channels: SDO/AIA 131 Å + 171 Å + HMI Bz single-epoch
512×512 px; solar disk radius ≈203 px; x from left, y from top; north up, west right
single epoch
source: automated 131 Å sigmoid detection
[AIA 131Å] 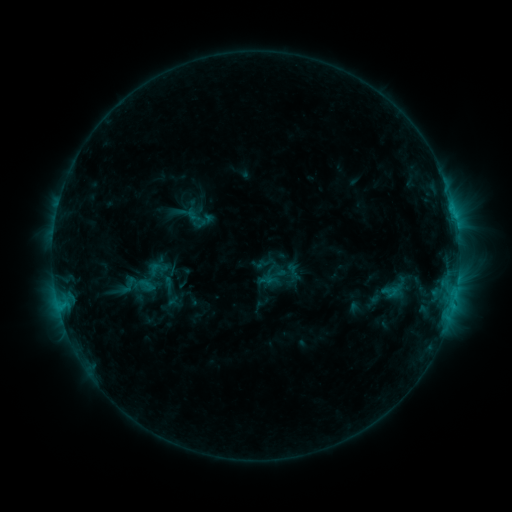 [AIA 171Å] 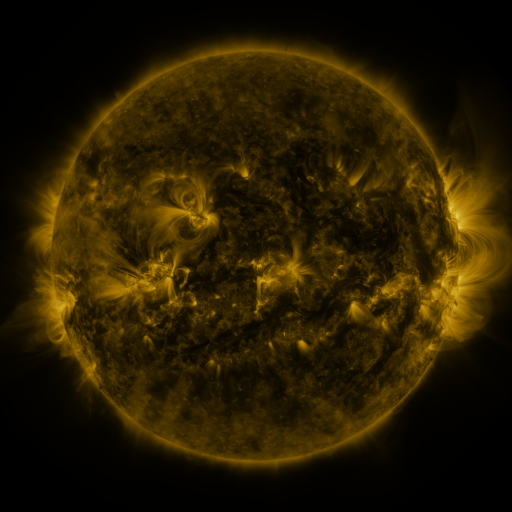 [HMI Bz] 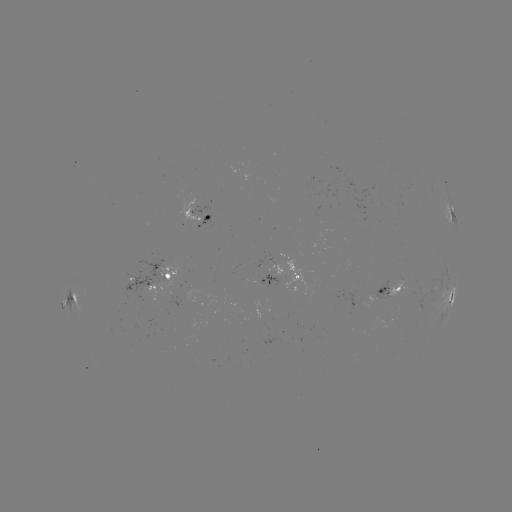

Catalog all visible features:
sigmoid: [183, 206, 209, 232]
sigmoid: [112, 273, 143, 297]
